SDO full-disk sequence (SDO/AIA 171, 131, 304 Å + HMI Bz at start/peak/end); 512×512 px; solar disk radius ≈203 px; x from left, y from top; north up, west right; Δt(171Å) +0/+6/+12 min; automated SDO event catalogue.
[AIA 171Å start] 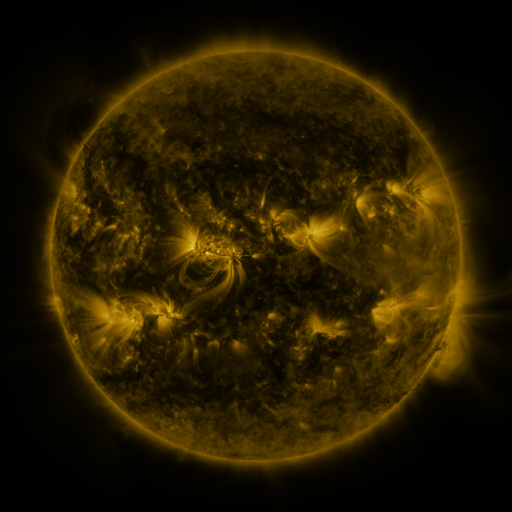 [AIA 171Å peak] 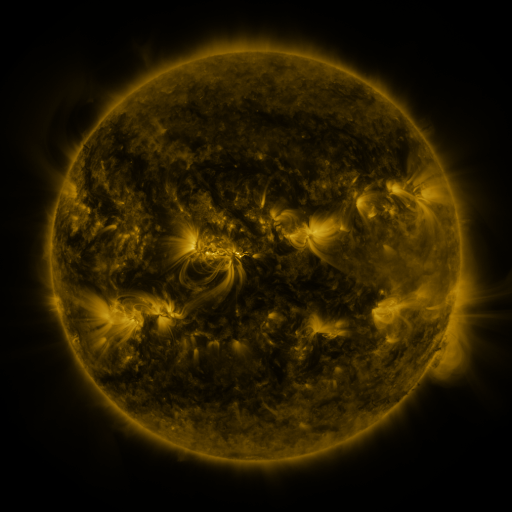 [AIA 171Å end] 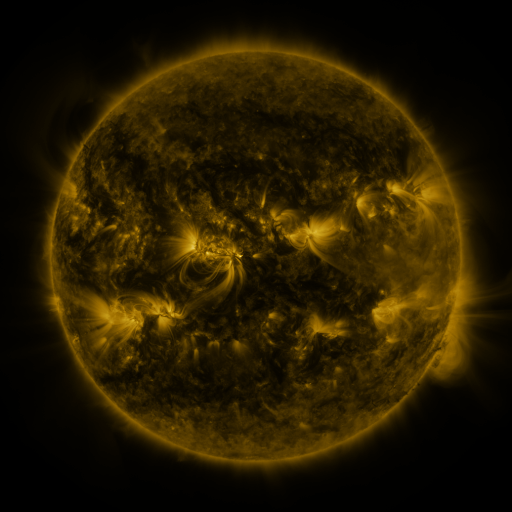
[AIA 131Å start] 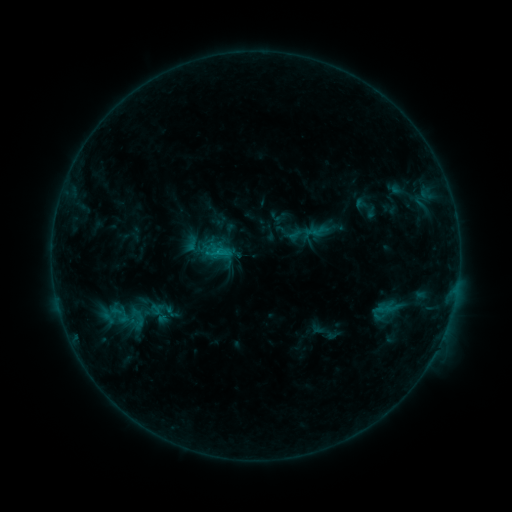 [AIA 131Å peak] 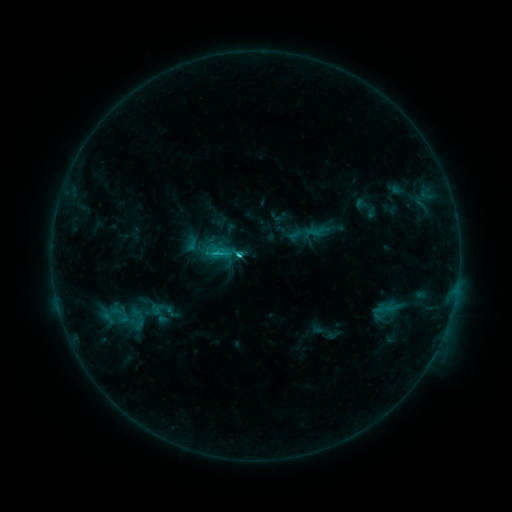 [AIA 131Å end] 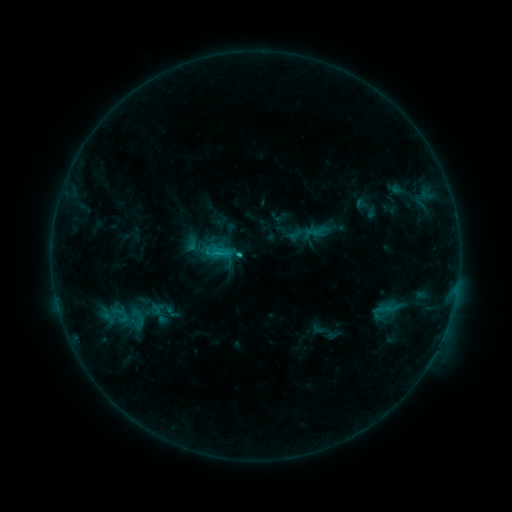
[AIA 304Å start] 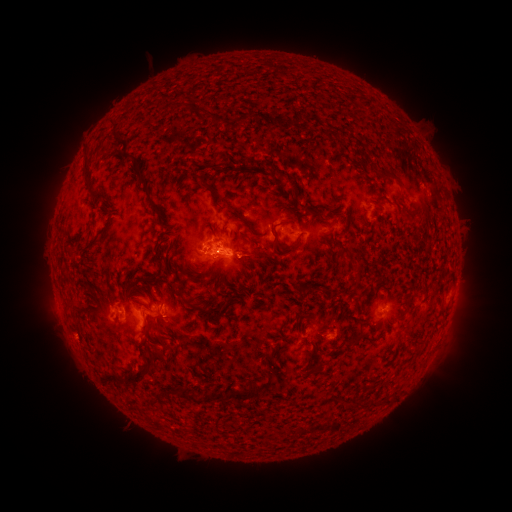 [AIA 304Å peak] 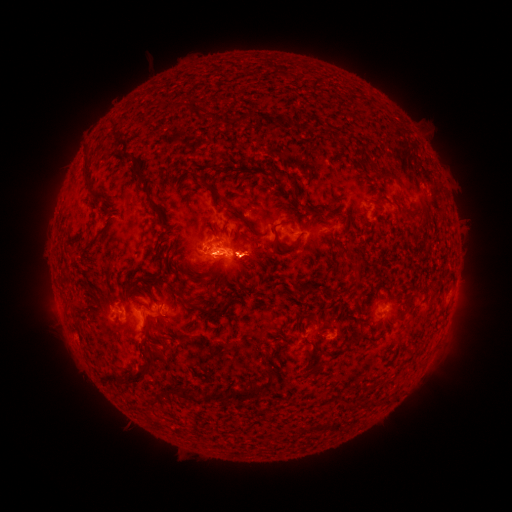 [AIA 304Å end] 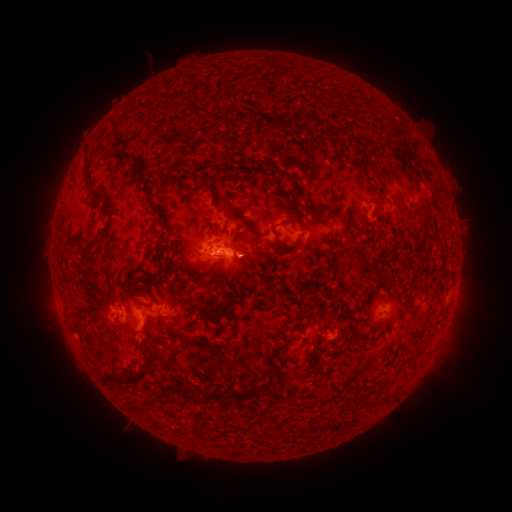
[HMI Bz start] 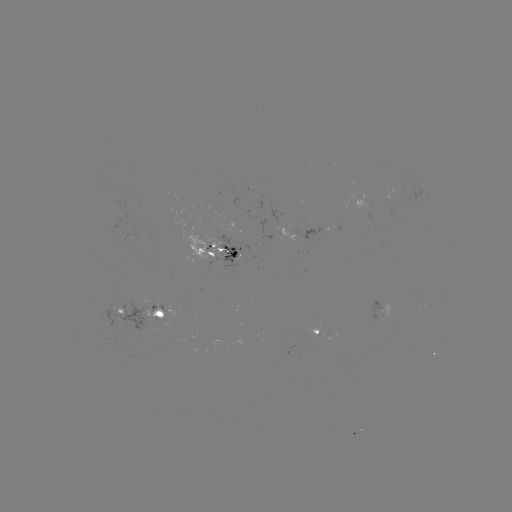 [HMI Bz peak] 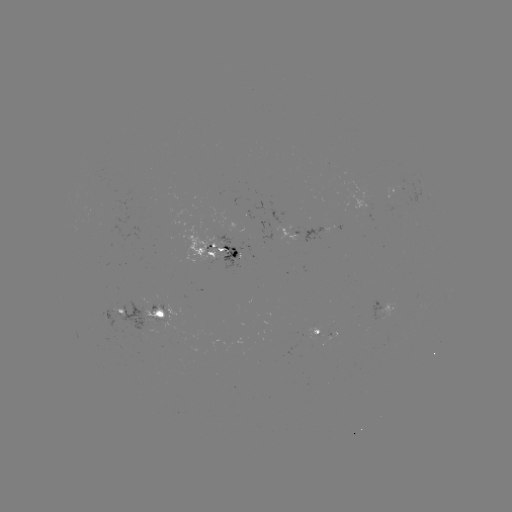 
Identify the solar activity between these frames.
C1.8 flare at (241, 256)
